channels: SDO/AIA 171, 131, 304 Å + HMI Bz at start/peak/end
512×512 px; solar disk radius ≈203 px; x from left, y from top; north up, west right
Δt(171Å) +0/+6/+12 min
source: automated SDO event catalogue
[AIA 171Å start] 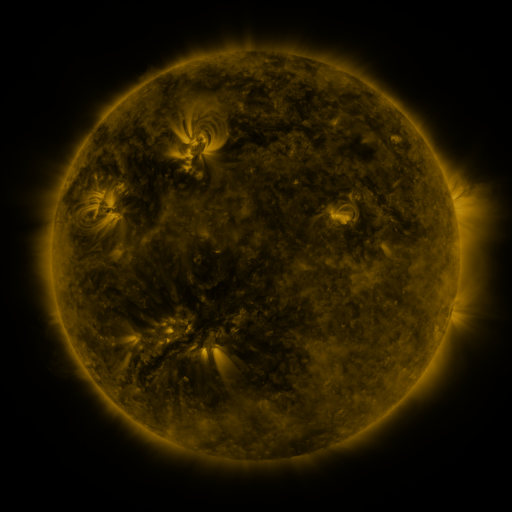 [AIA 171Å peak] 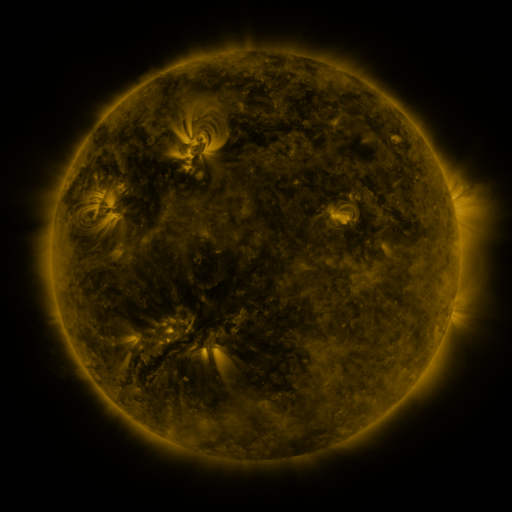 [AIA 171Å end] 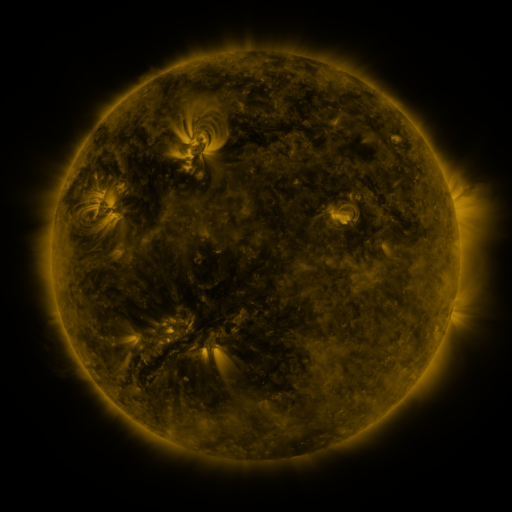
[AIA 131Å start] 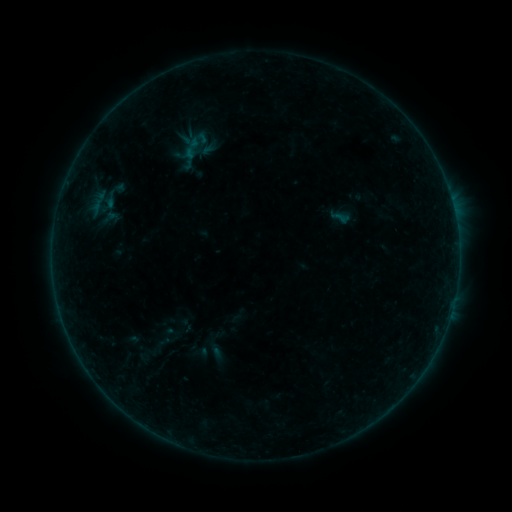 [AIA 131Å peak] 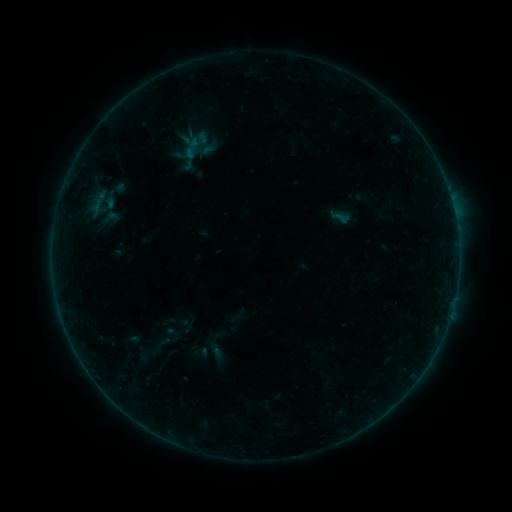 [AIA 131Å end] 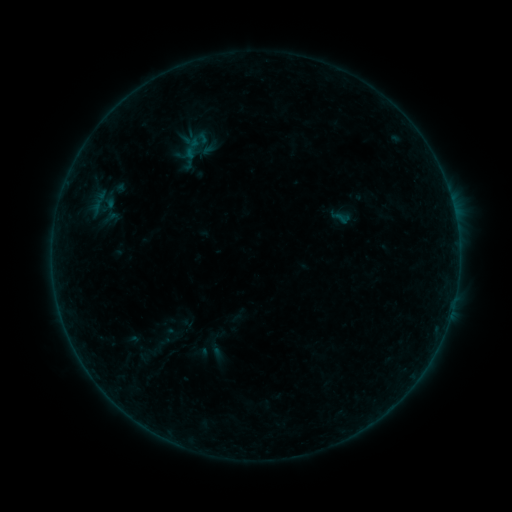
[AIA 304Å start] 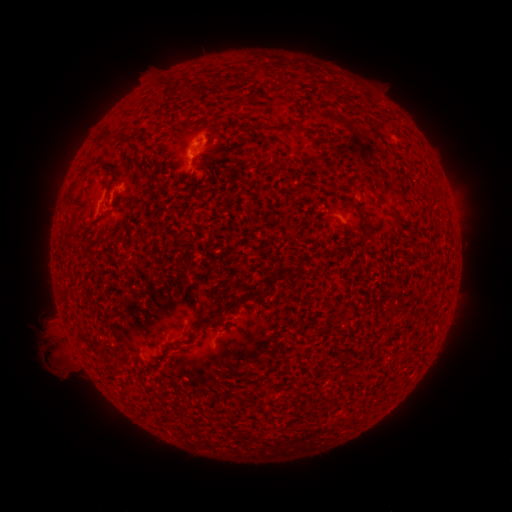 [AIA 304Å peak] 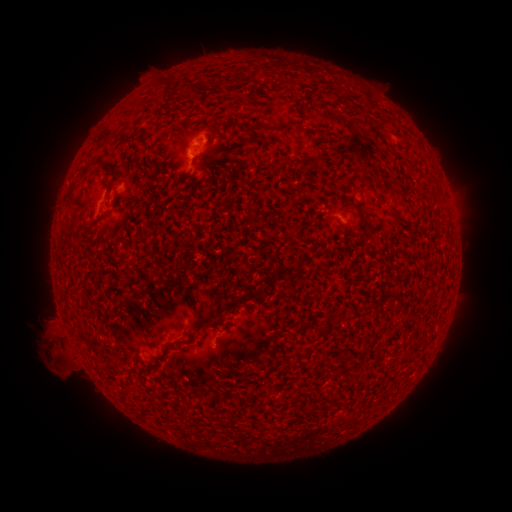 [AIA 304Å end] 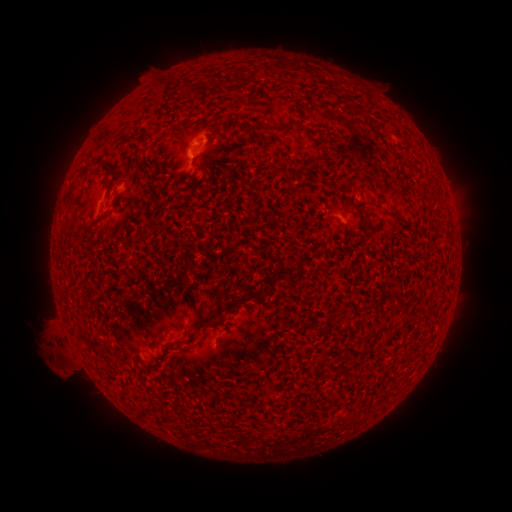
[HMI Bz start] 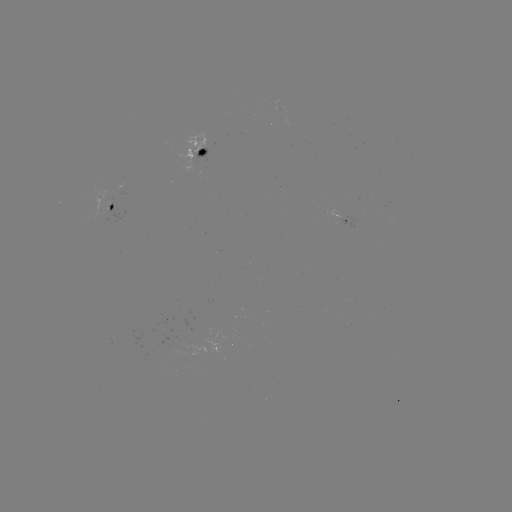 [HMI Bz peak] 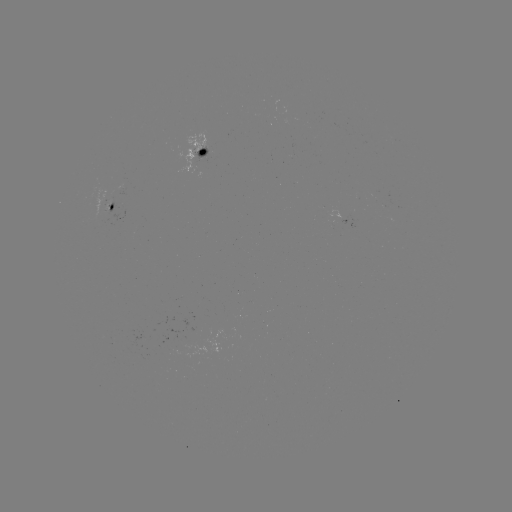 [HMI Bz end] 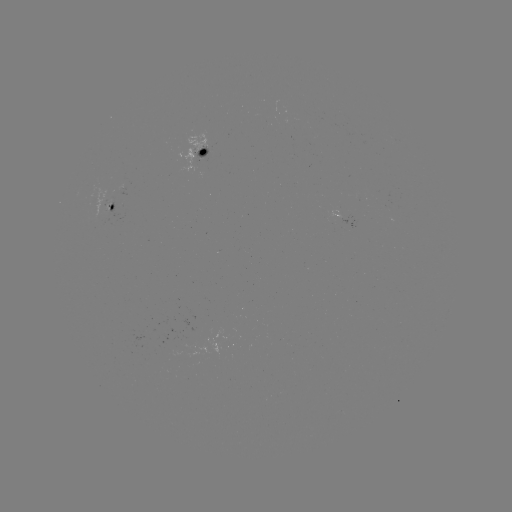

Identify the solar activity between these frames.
eruption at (53, 345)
